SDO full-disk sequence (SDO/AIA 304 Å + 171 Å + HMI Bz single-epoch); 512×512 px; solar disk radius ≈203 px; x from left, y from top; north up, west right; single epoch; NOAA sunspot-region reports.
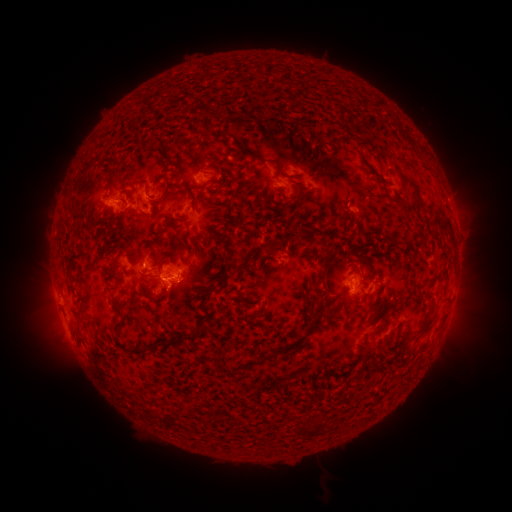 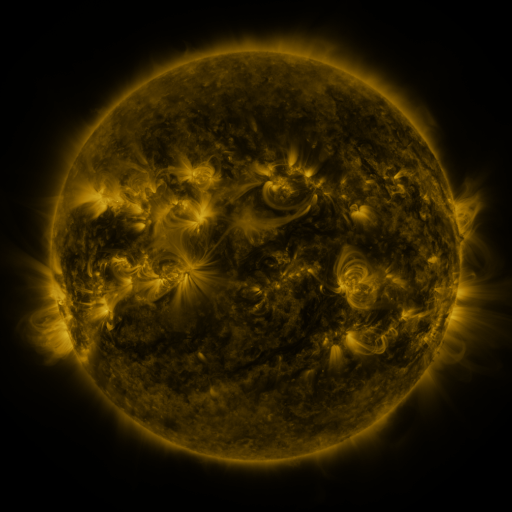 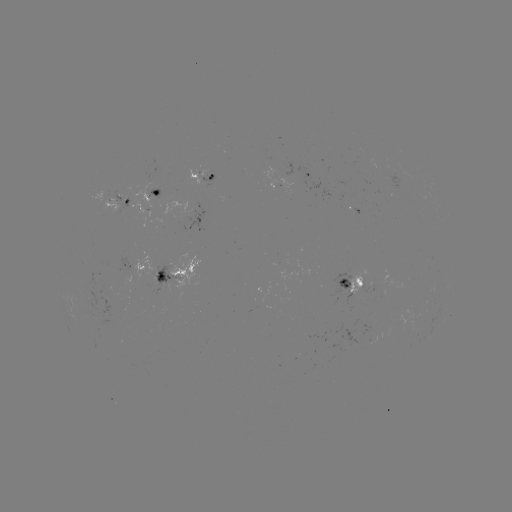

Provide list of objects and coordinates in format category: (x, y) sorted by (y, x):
spotted active region: (312, 172)
spotted active region: (202, 175)
spotted active region: (159, 191)
spotted active region: (119, 201)
spotted active region: (134, 266)
spotted active region: (171, 274)
spotted active region: (355, 282)
